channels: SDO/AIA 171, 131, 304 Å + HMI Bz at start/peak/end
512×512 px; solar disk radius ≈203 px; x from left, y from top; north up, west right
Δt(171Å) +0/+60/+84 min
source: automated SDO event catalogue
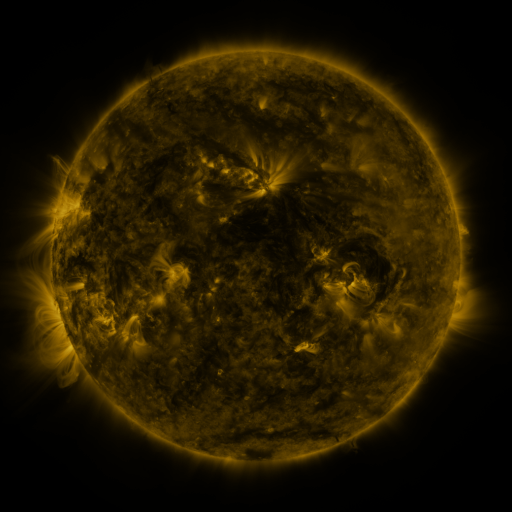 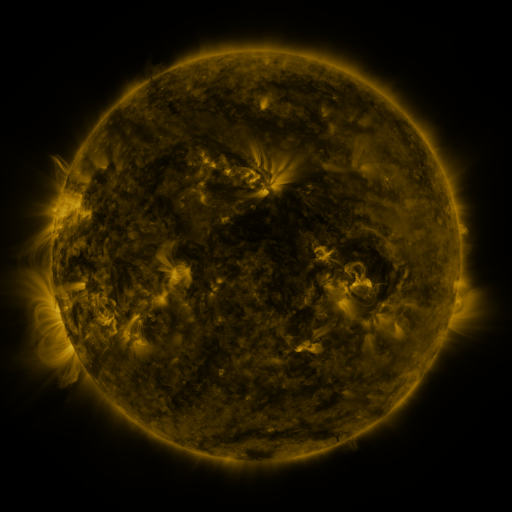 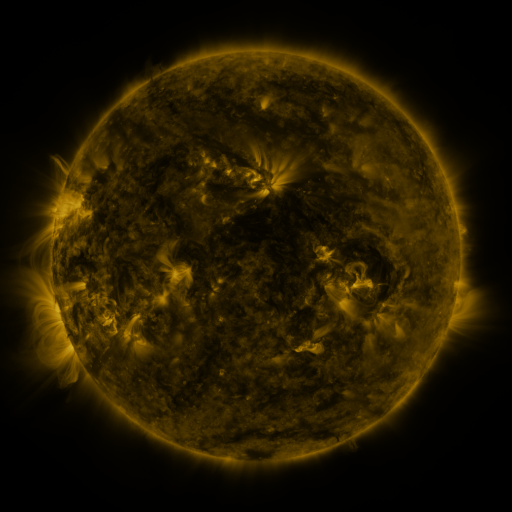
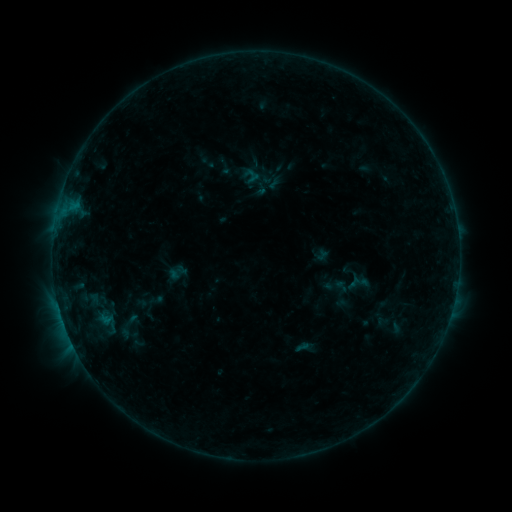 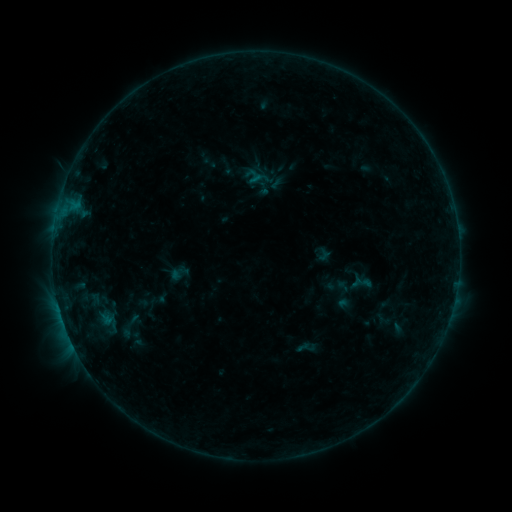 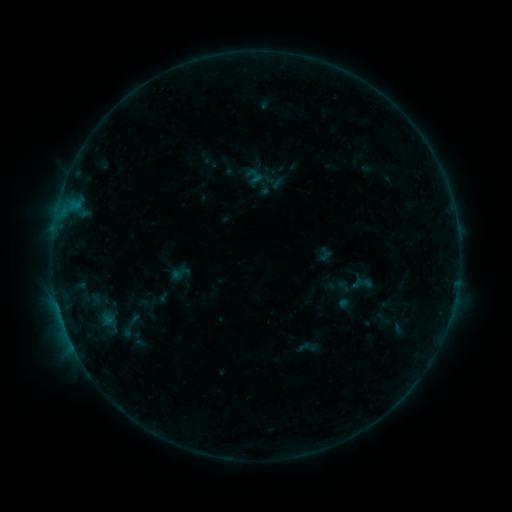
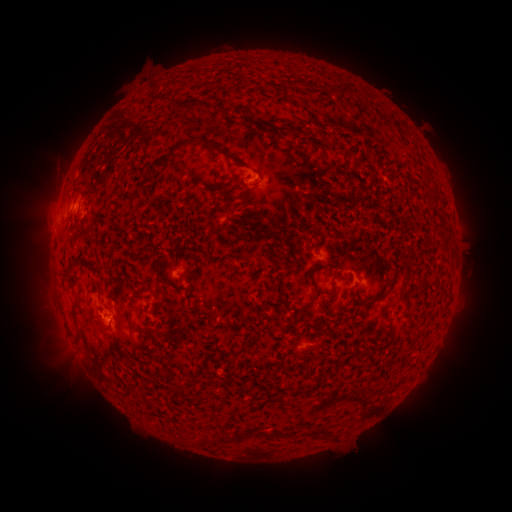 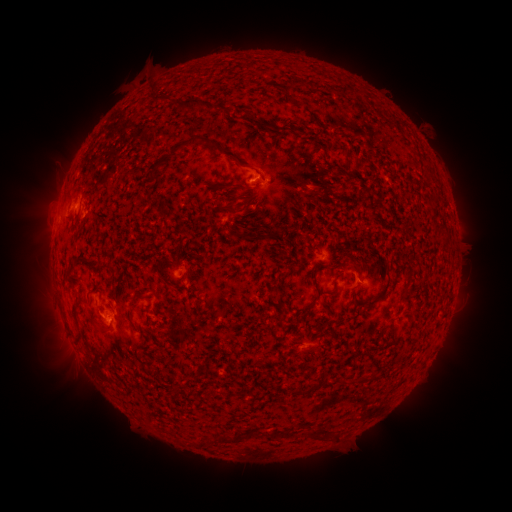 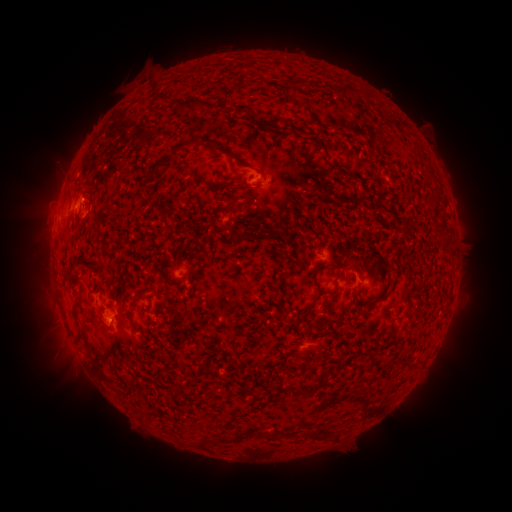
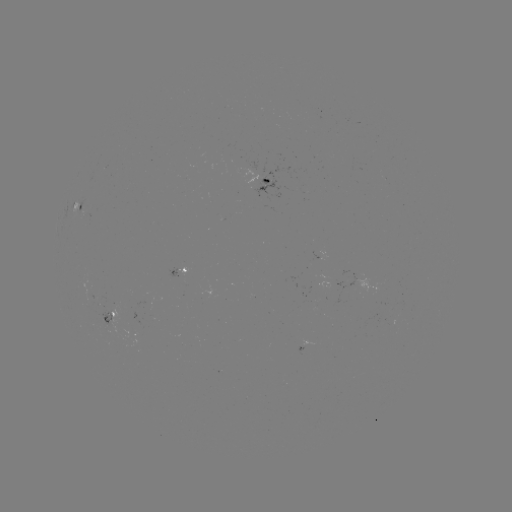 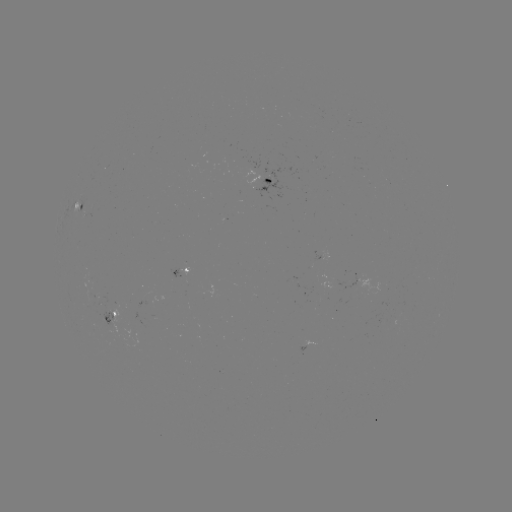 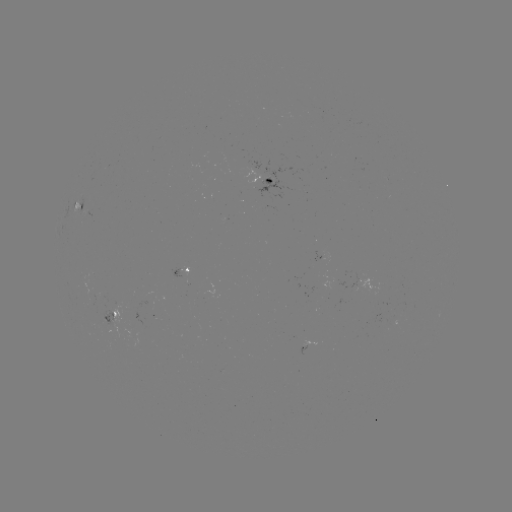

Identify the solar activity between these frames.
emerging-flux region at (90, 292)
